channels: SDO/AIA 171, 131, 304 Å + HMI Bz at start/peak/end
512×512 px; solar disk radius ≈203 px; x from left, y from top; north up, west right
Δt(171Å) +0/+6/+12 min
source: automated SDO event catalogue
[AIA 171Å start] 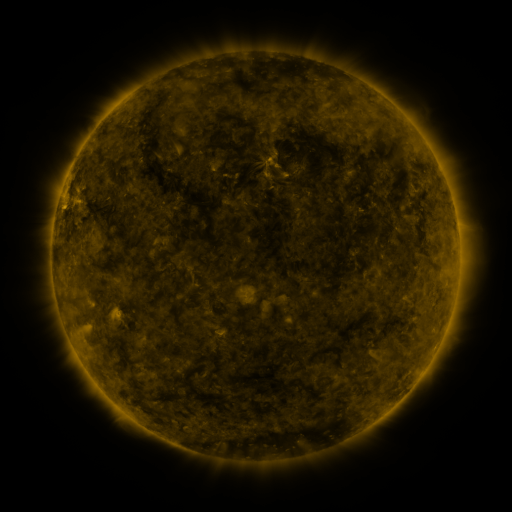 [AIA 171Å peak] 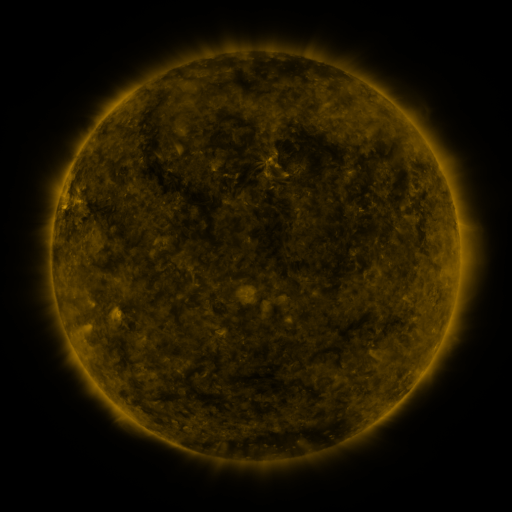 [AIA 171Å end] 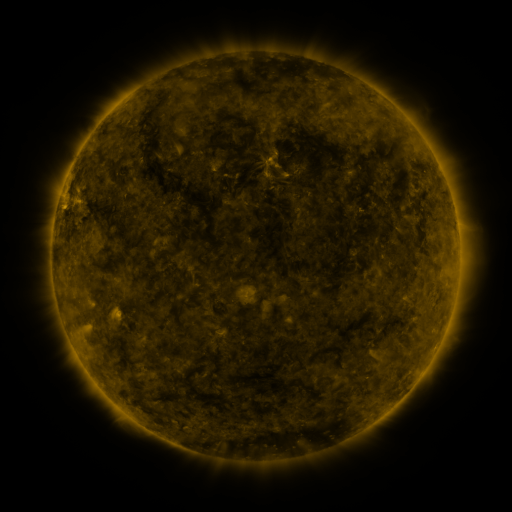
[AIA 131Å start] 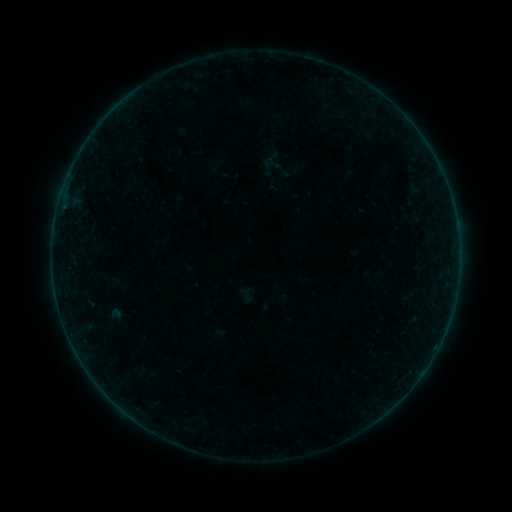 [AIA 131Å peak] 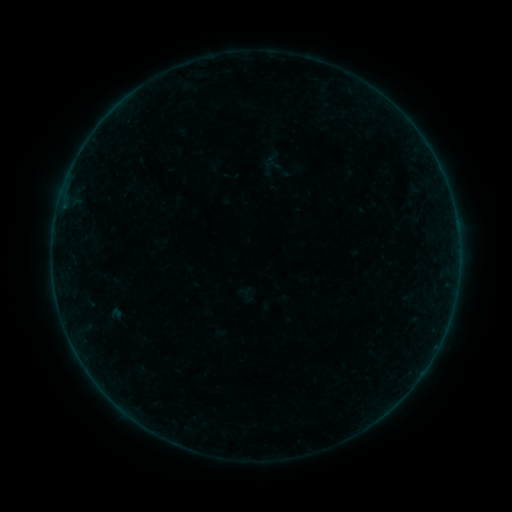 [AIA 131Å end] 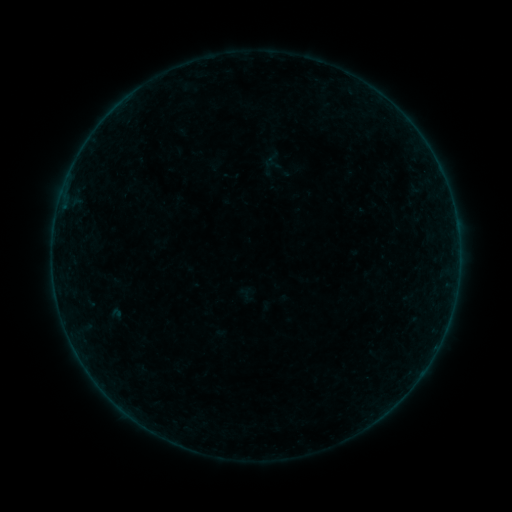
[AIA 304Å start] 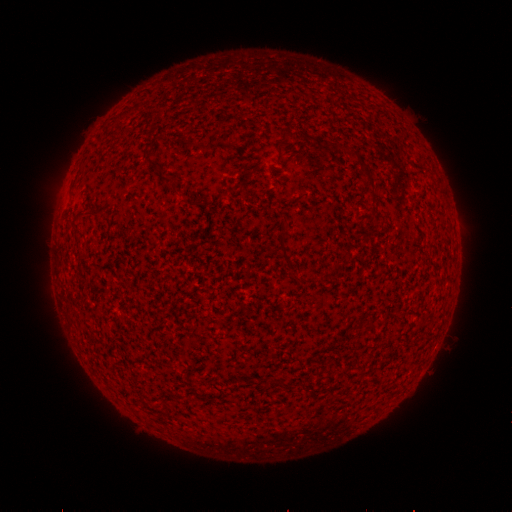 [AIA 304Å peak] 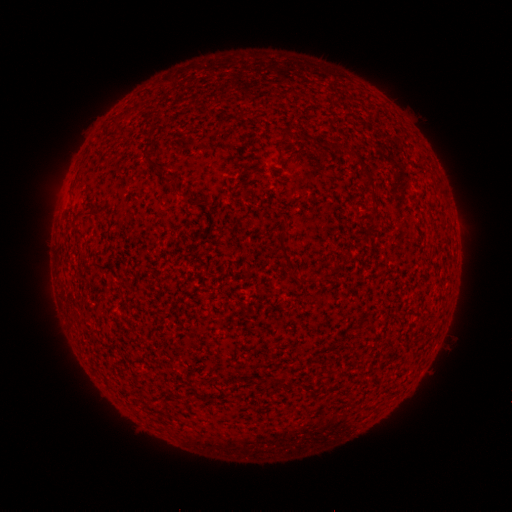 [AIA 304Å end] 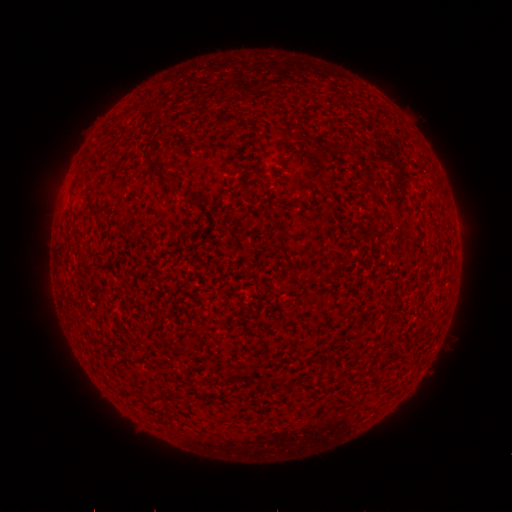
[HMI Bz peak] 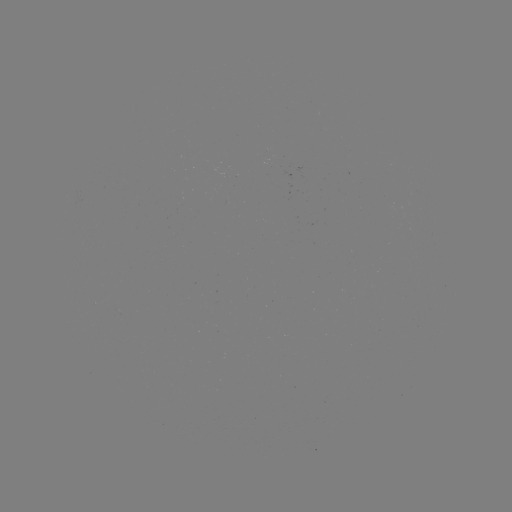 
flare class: B2.7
